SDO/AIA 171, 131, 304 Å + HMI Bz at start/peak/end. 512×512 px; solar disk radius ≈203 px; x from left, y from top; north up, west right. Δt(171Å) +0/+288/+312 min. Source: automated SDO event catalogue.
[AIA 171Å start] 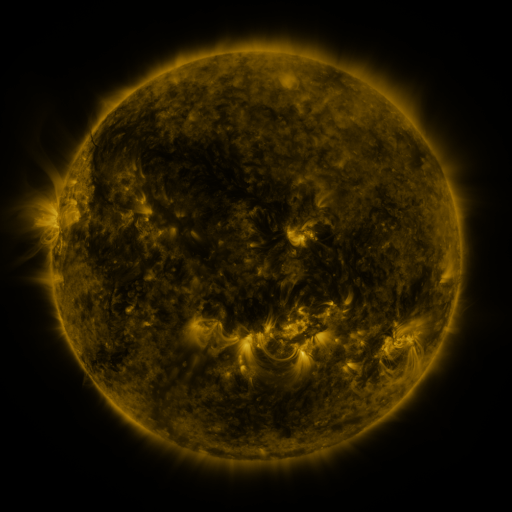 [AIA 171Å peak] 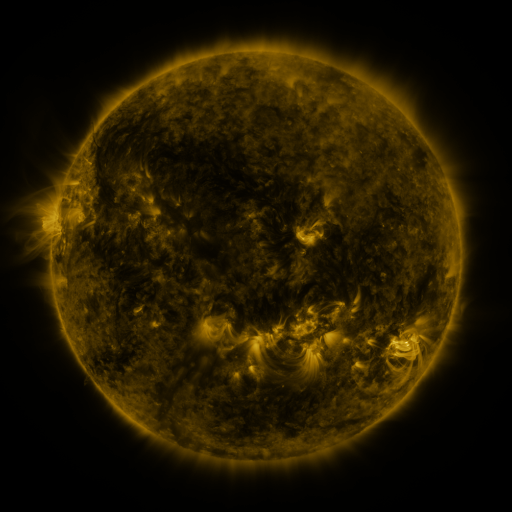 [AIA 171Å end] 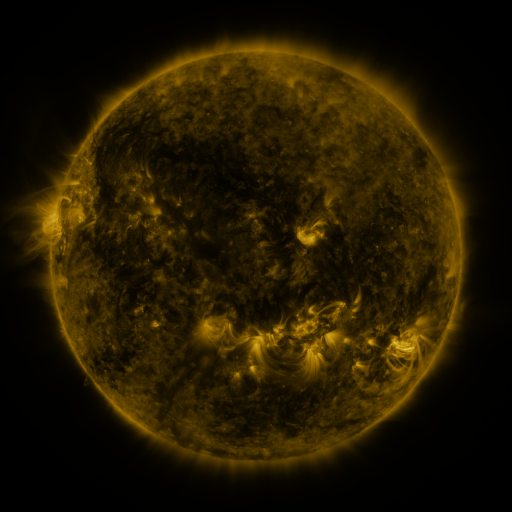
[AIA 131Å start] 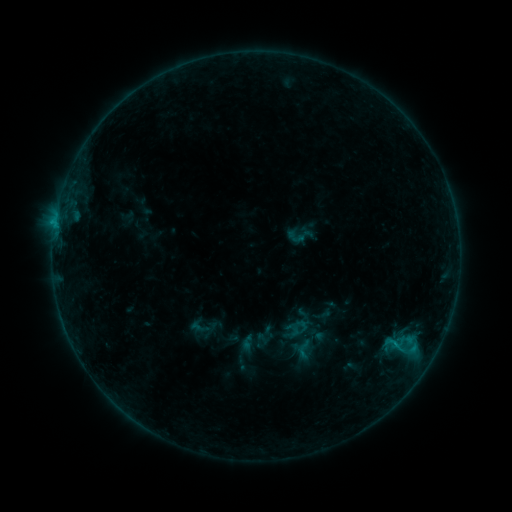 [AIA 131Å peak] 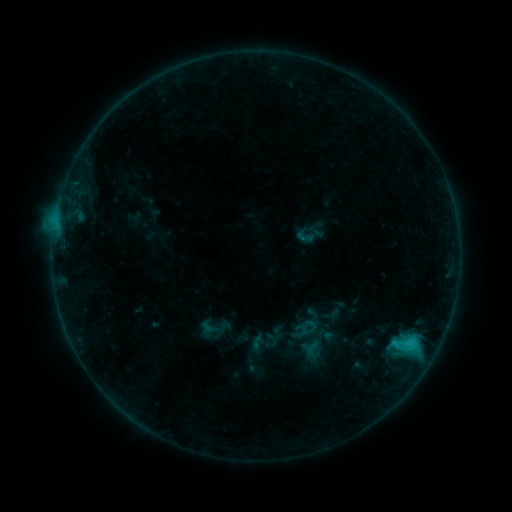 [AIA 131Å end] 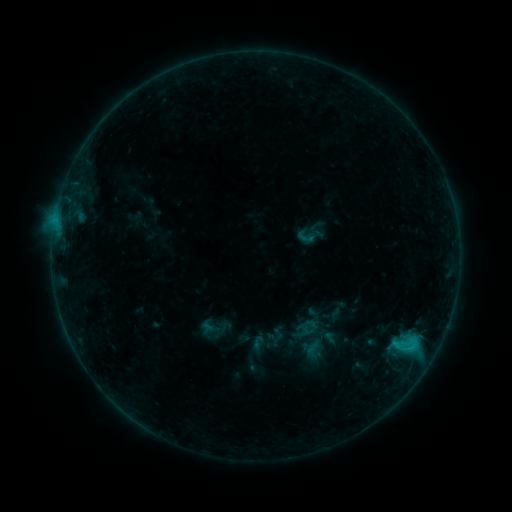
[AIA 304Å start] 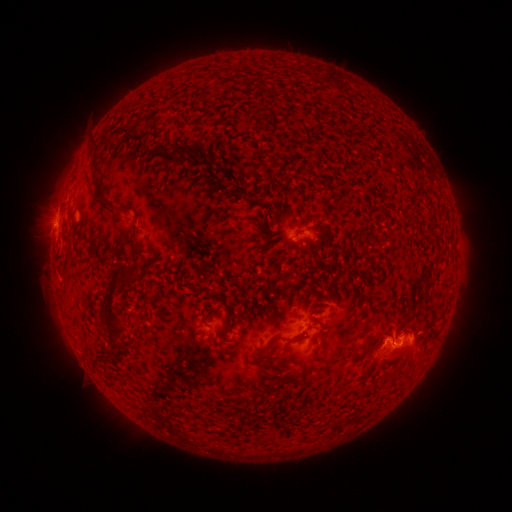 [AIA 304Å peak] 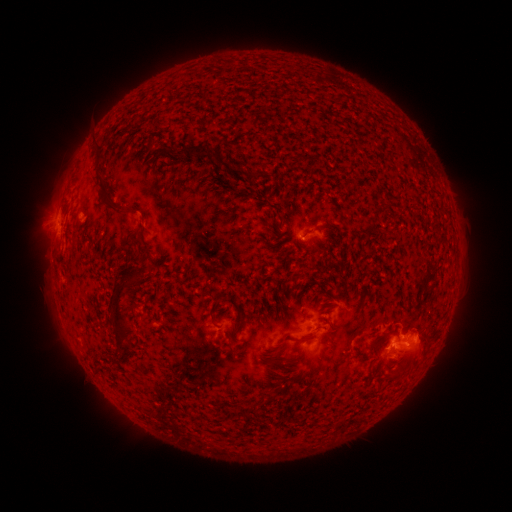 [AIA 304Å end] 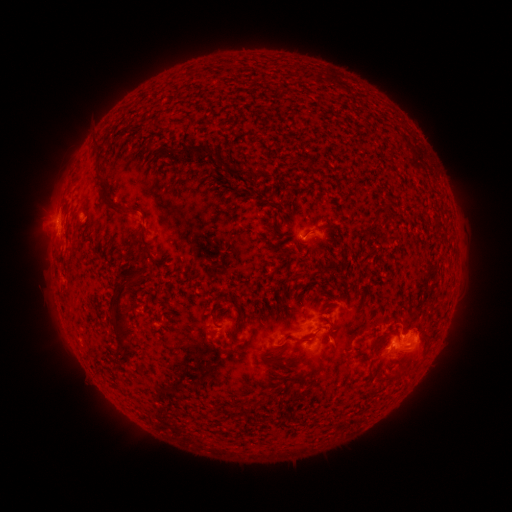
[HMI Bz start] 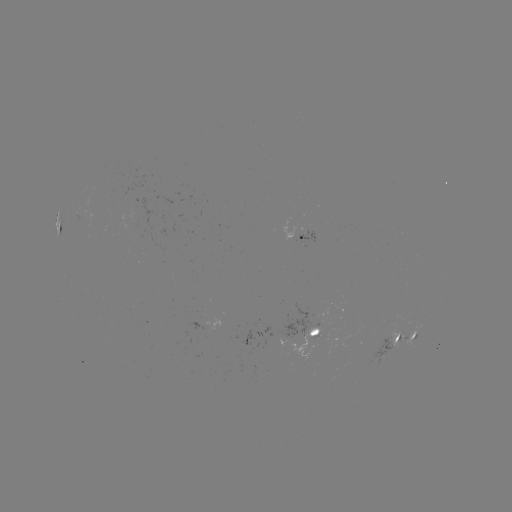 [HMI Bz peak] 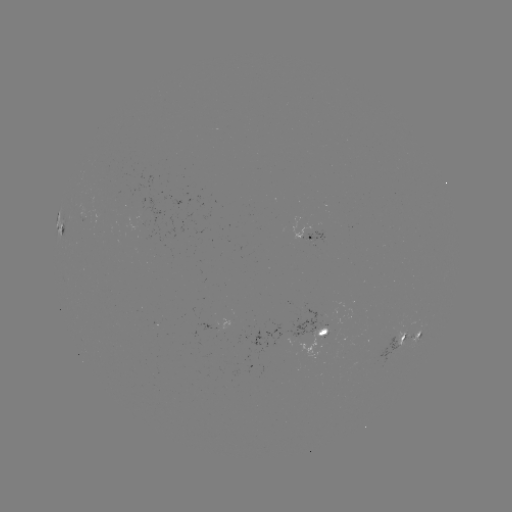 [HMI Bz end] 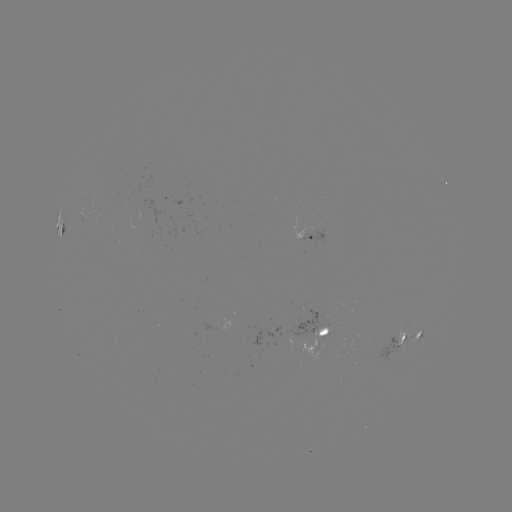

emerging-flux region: [298, 324, 328, 359]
